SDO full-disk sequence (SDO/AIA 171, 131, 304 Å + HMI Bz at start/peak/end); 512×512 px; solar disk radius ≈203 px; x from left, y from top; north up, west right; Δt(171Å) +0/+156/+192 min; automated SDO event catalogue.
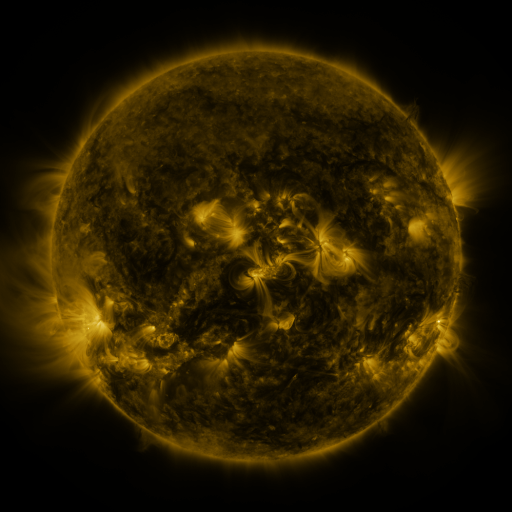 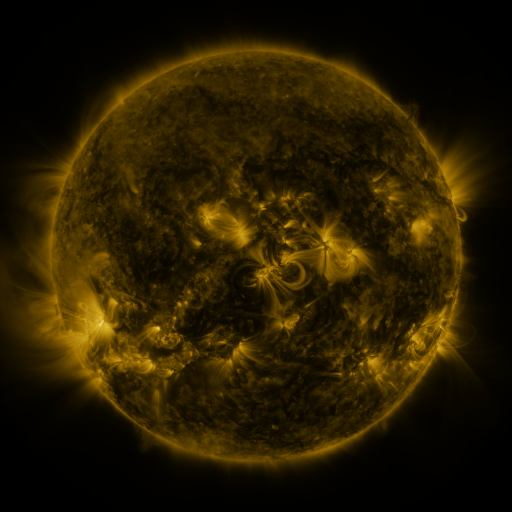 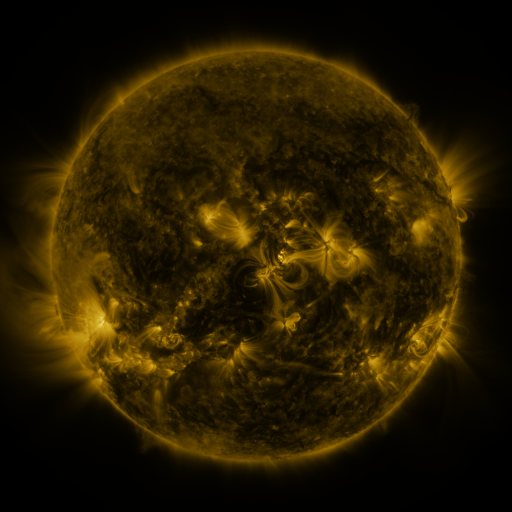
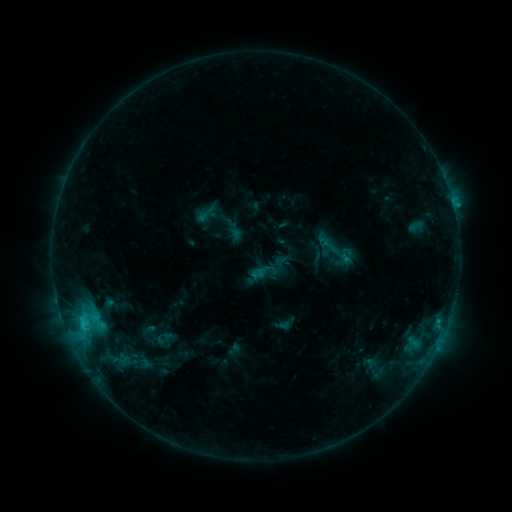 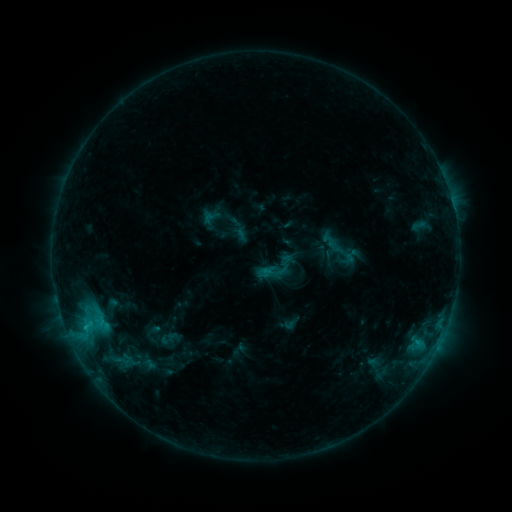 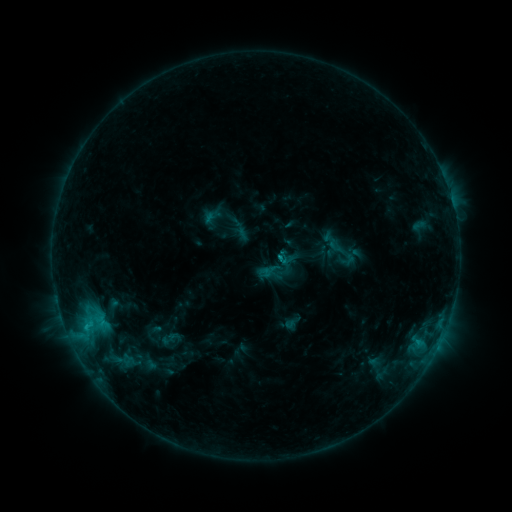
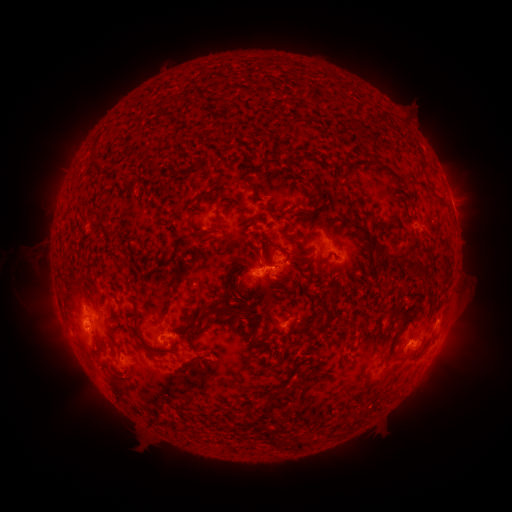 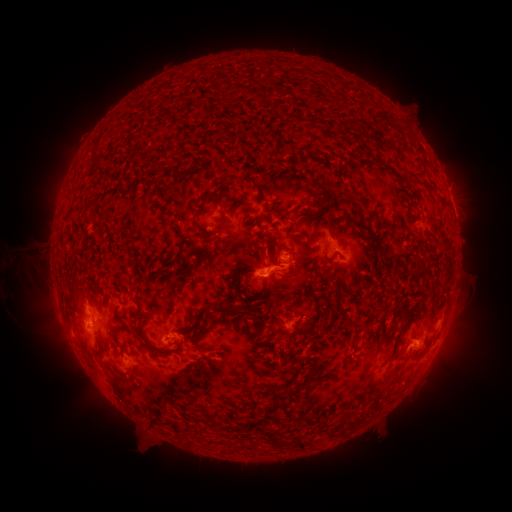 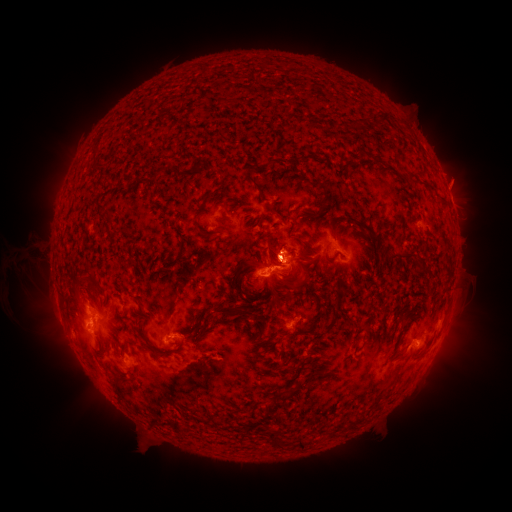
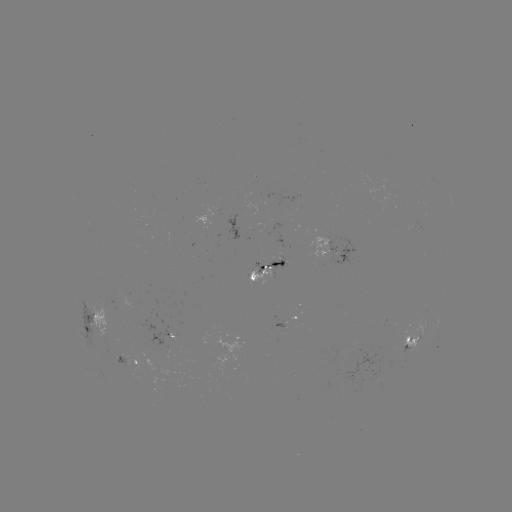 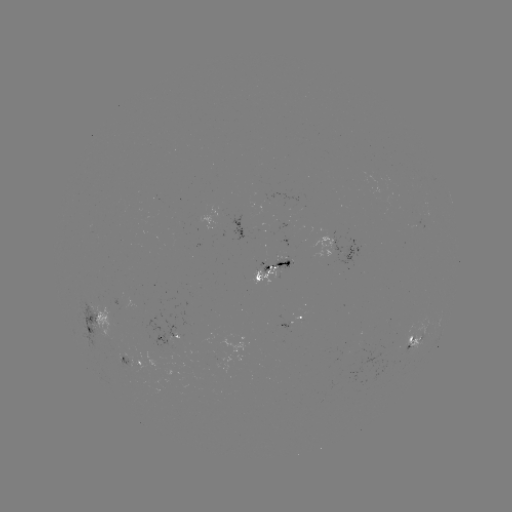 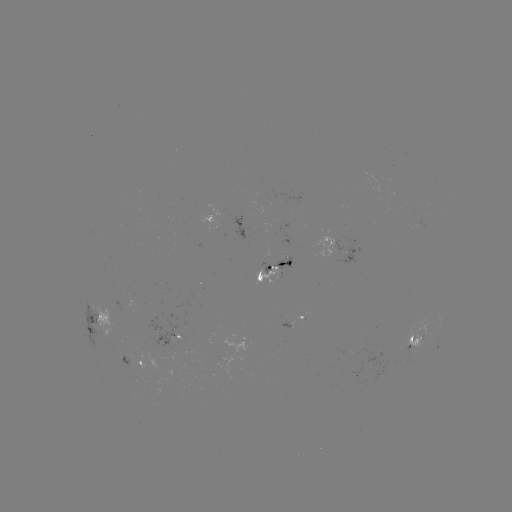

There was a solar emerging-flux region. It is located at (282, 261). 